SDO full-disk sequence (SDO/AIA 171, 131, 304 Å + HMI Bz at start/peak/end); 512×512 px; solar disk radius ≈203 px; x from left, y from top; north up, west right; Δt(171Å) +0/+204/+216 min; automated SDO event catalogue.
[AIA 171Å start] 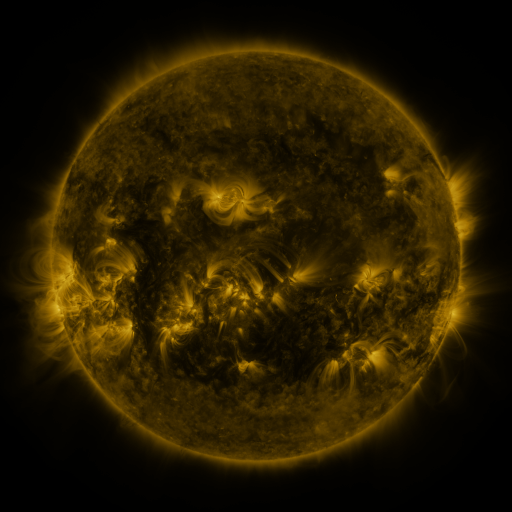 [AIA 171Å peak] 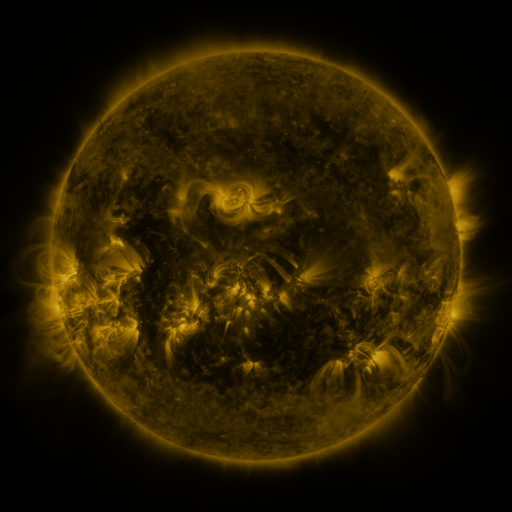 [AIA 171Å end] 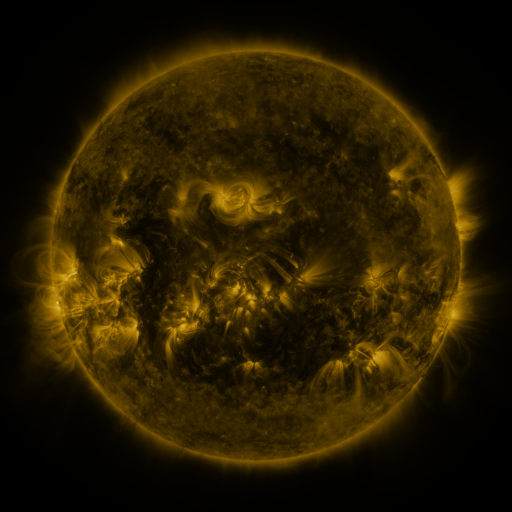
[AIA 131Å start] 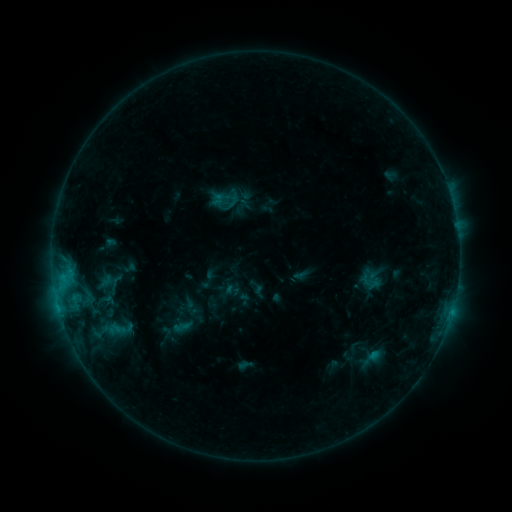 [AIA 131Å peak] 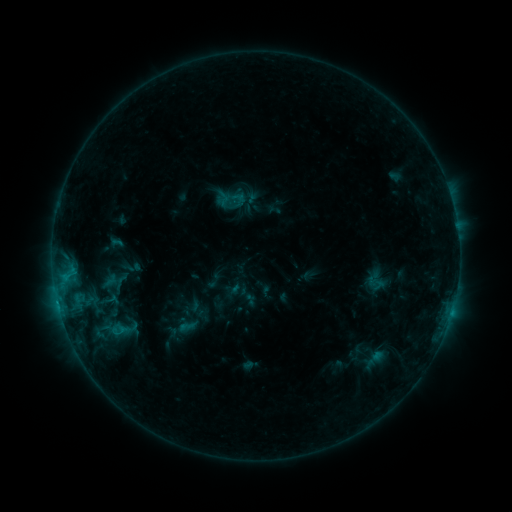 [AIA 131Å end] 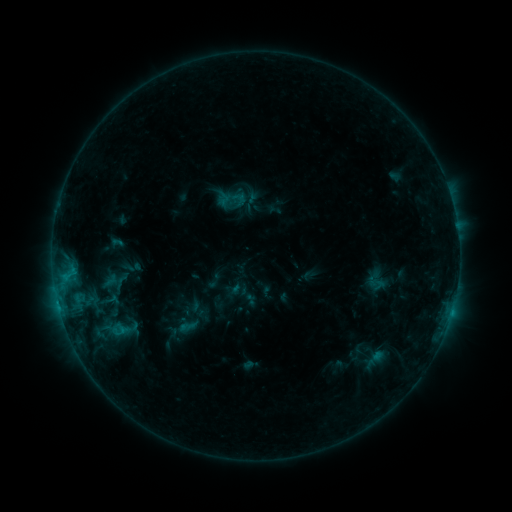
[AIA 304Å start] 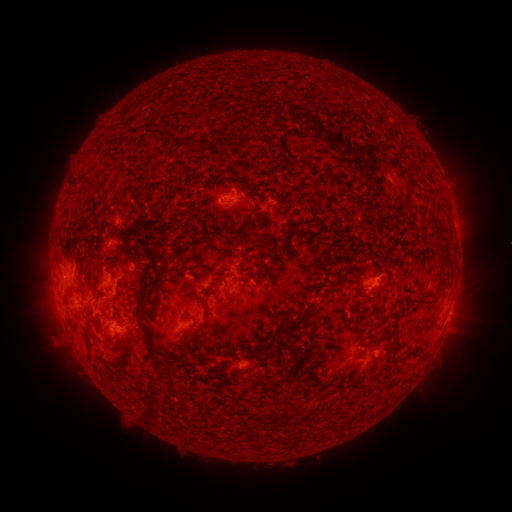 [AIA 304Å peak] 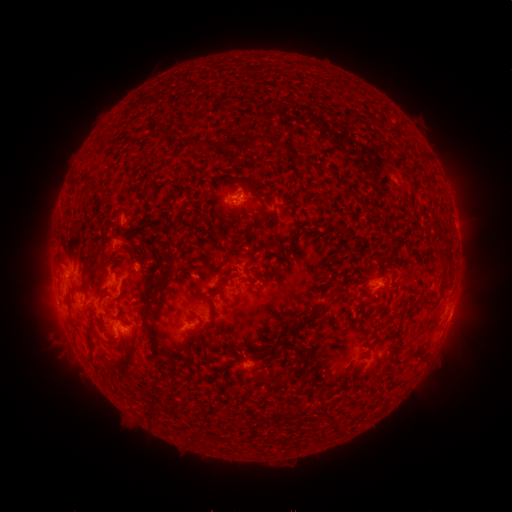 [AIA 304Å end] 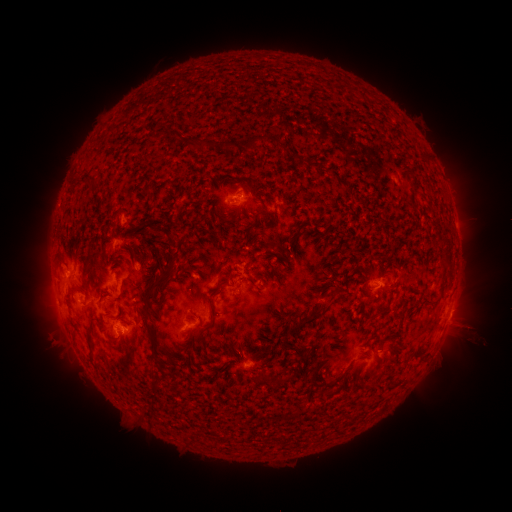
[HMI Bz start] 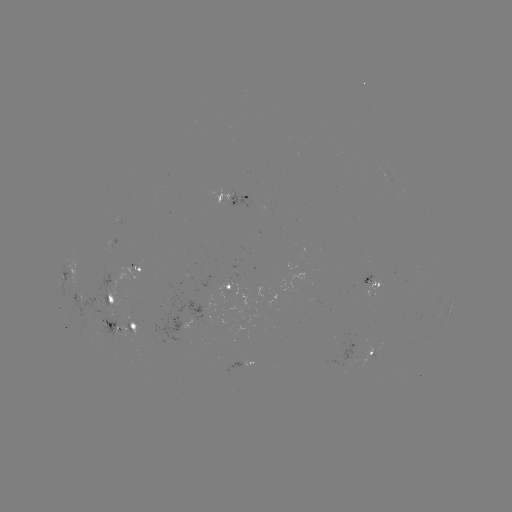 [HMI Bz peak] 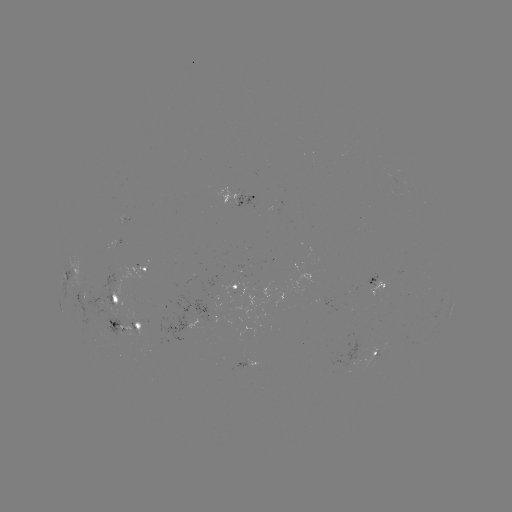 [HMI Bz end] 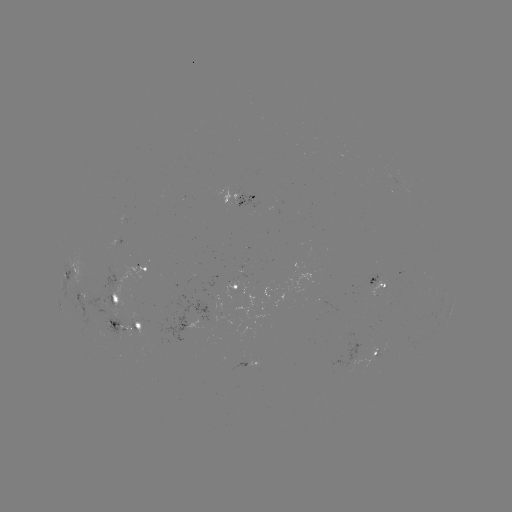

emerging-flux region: [124, 320, 139, 334]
